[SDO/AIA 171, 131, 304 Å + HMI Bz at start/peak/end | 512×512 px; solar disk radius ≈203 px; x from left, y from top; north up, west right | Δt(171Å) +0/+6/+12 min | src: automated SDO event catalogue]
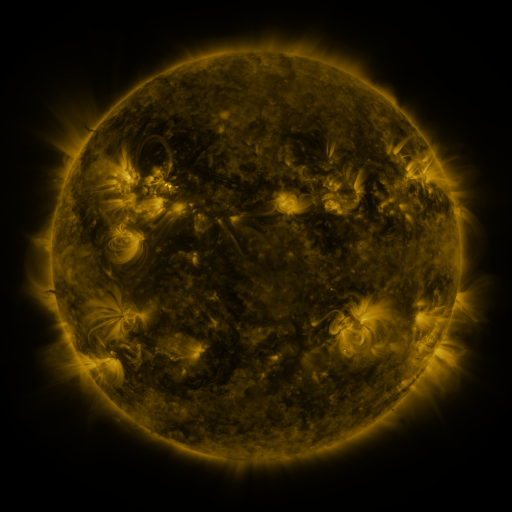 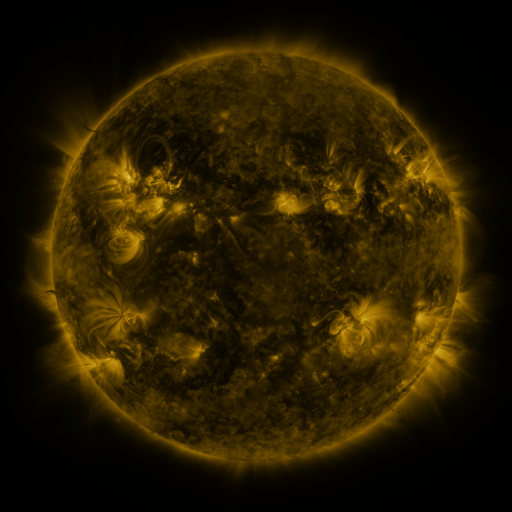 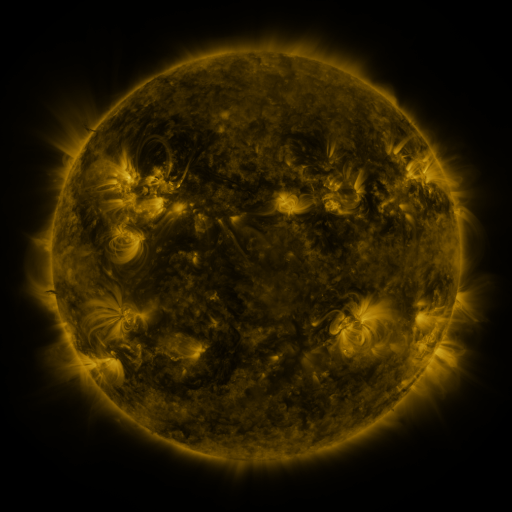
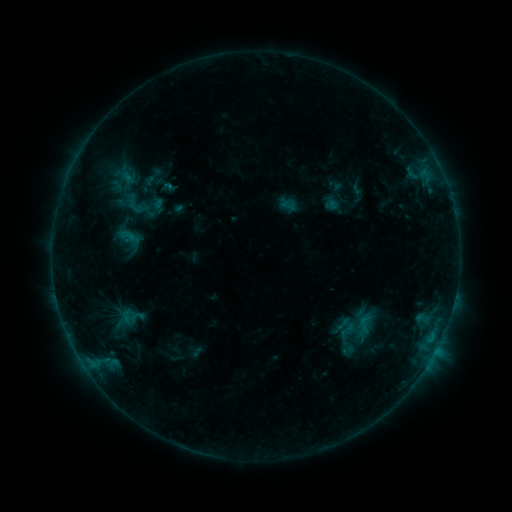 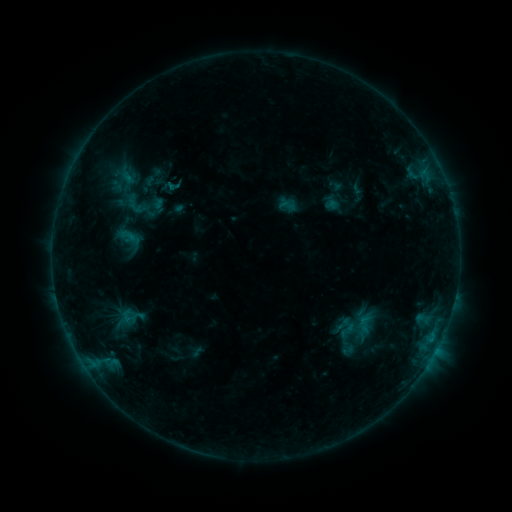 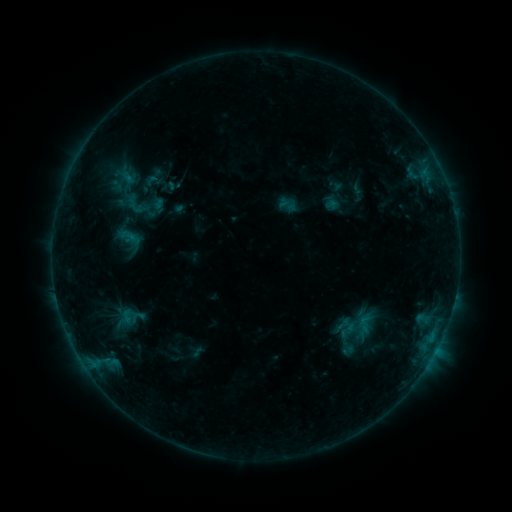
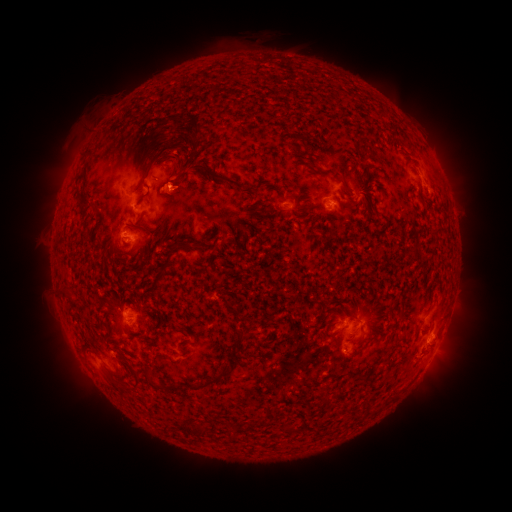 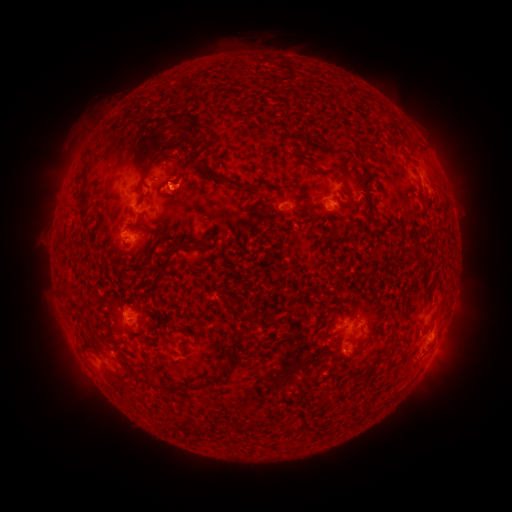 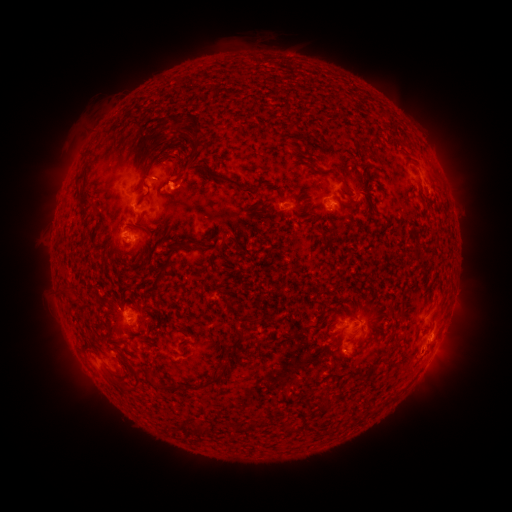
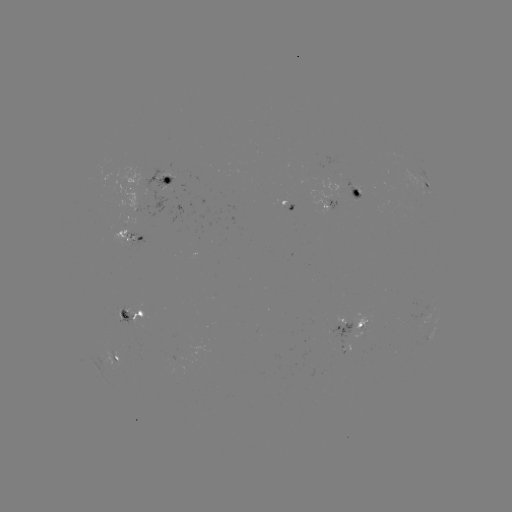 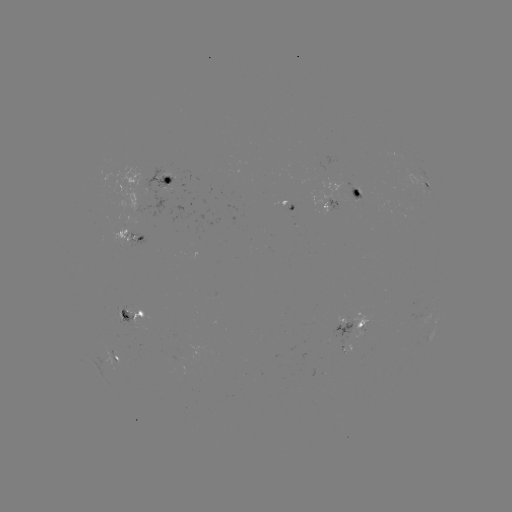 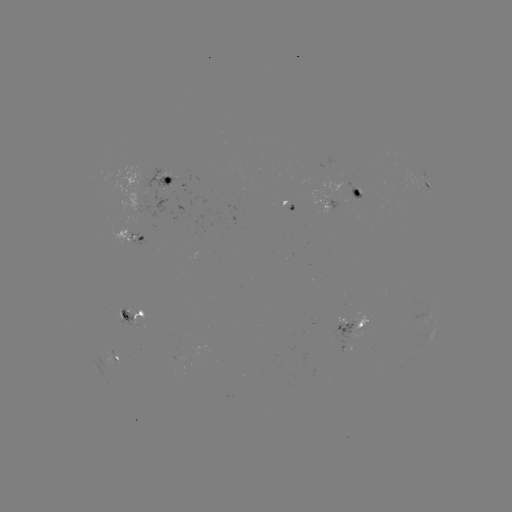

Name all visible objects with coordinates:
eruption: (186, 182)
